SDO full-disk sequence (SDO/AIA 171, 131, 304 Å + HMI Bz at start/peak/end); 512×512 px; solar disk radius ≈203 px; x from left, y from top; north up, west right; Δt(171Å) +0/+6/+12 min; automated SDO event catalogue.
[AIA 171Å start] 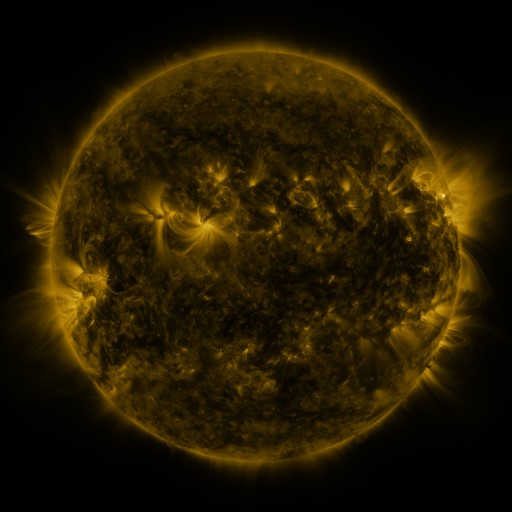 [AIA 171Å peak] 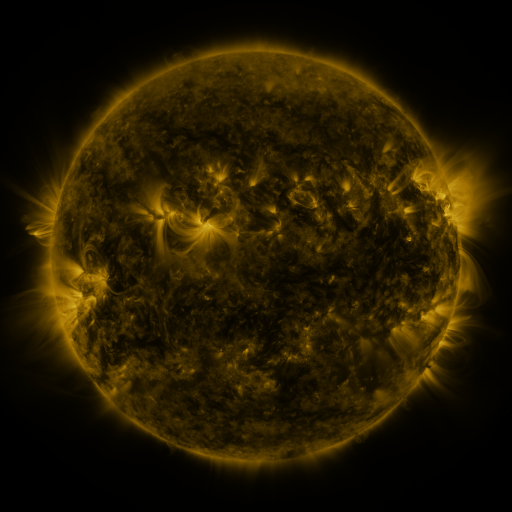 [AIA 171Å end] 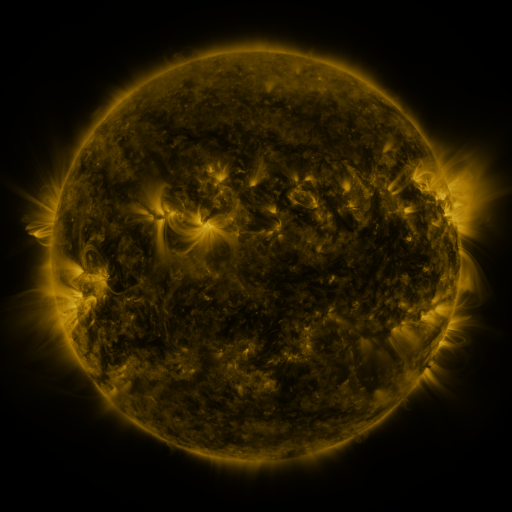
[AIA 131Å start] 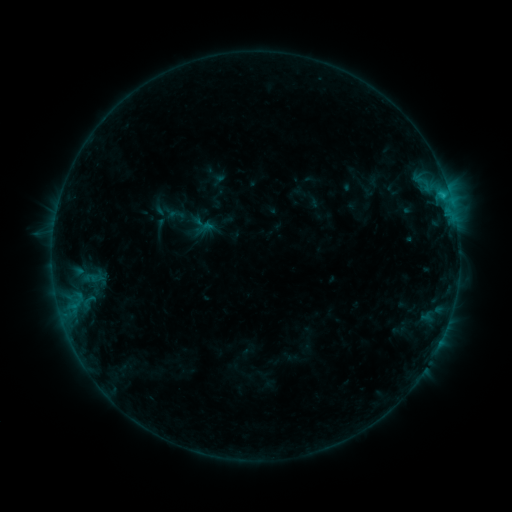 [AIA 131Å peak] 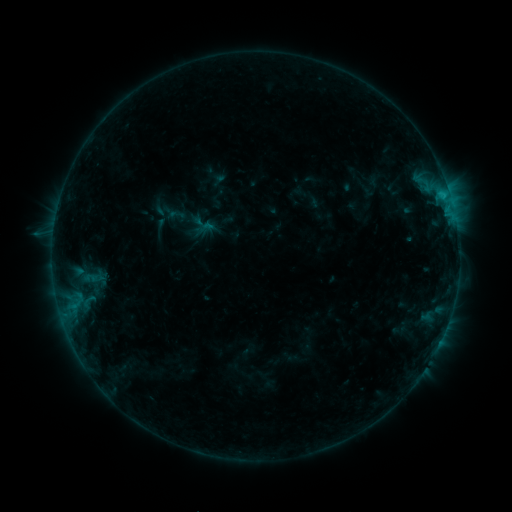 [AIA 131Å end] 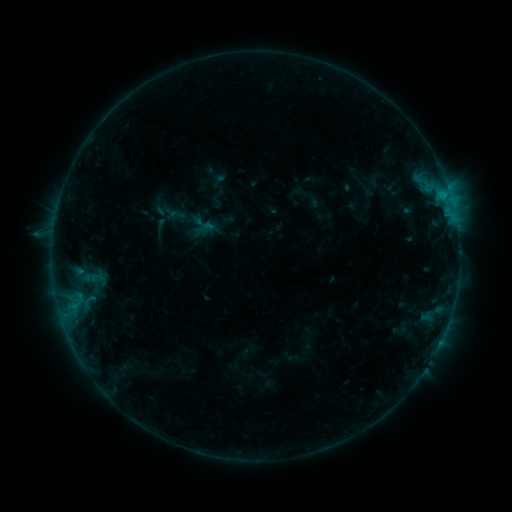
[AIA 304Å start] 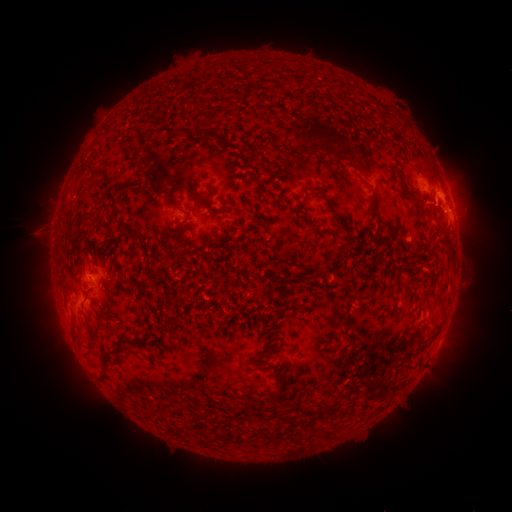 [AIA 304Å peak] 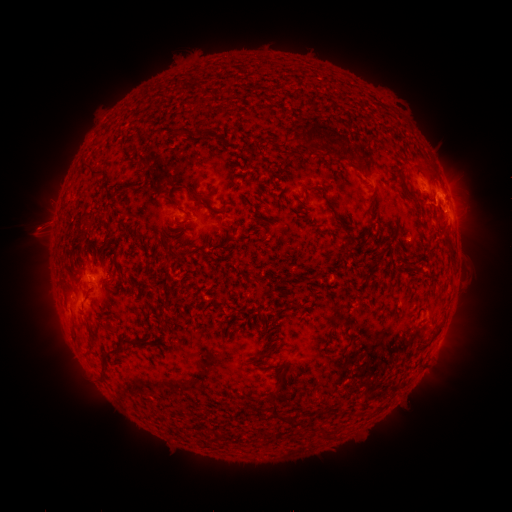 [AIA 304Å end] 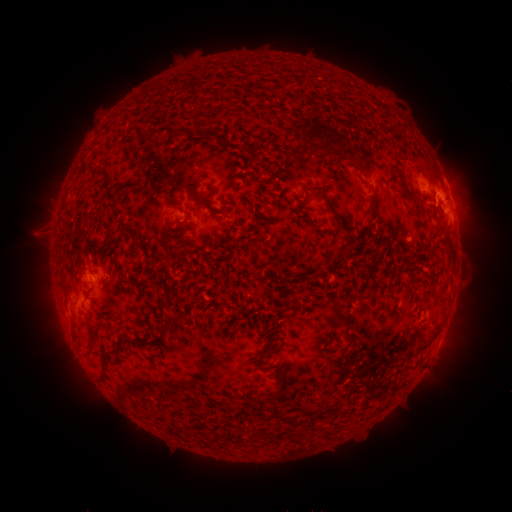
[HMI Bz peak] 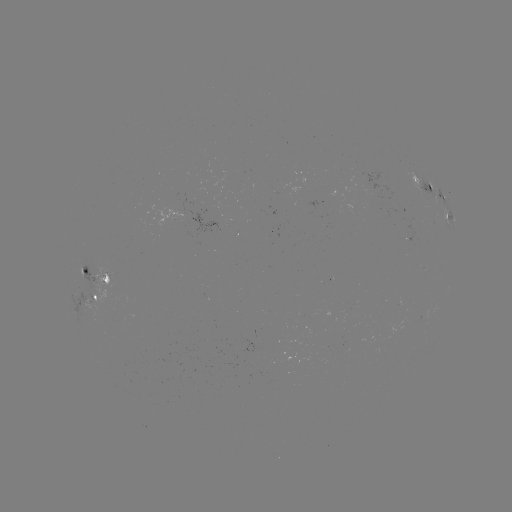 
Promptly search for eruption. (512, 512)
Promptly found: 42,227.